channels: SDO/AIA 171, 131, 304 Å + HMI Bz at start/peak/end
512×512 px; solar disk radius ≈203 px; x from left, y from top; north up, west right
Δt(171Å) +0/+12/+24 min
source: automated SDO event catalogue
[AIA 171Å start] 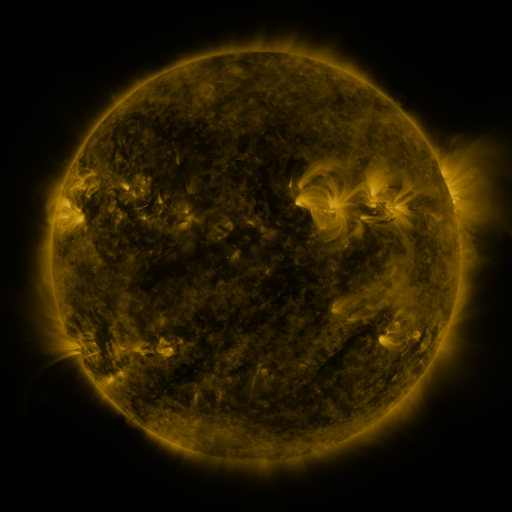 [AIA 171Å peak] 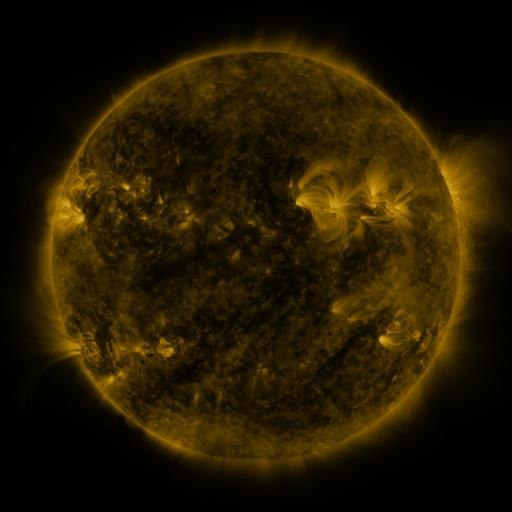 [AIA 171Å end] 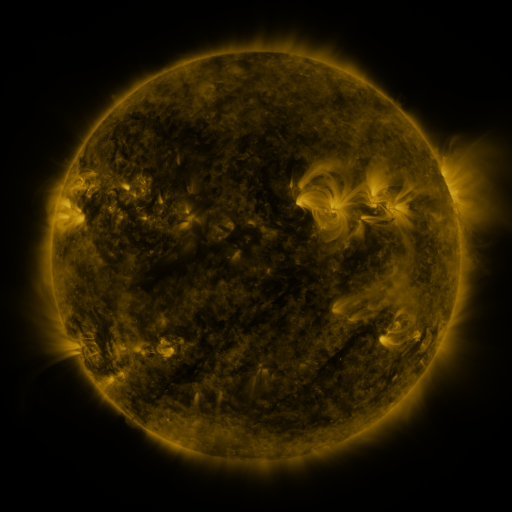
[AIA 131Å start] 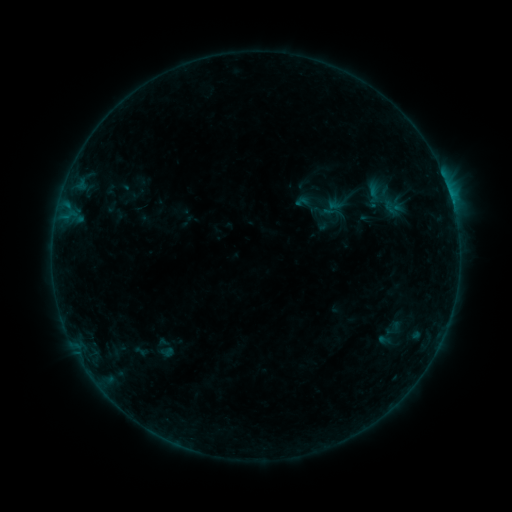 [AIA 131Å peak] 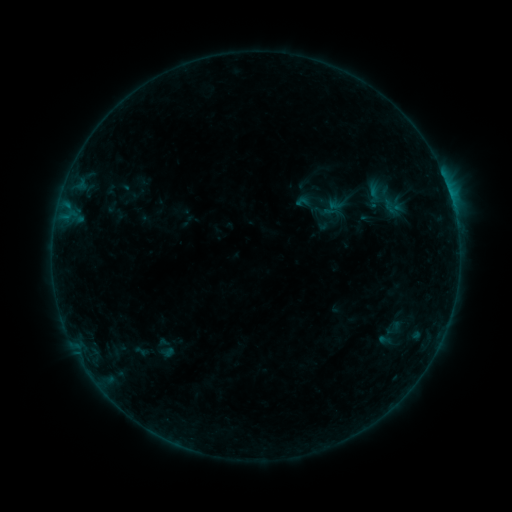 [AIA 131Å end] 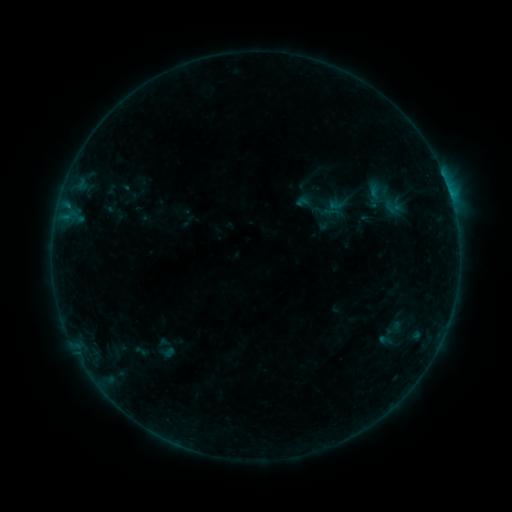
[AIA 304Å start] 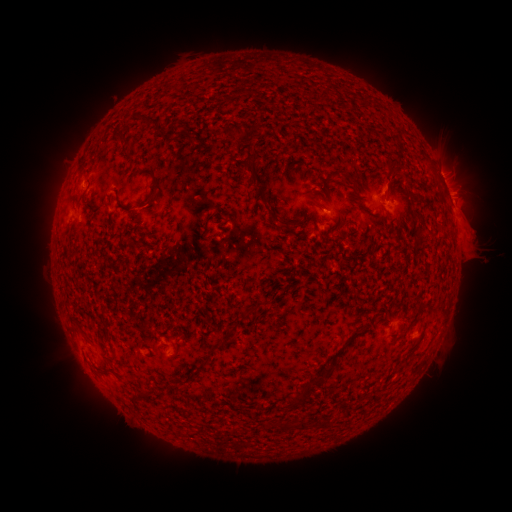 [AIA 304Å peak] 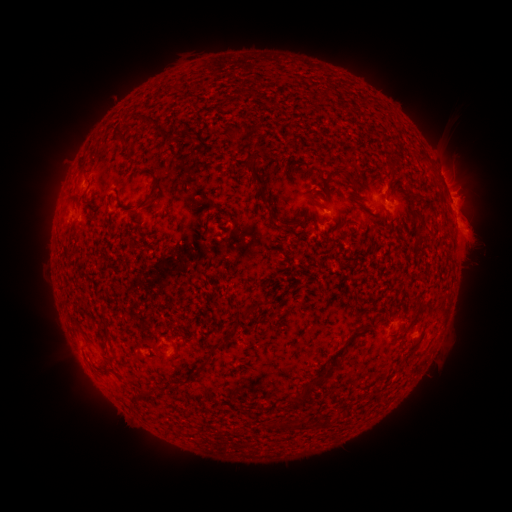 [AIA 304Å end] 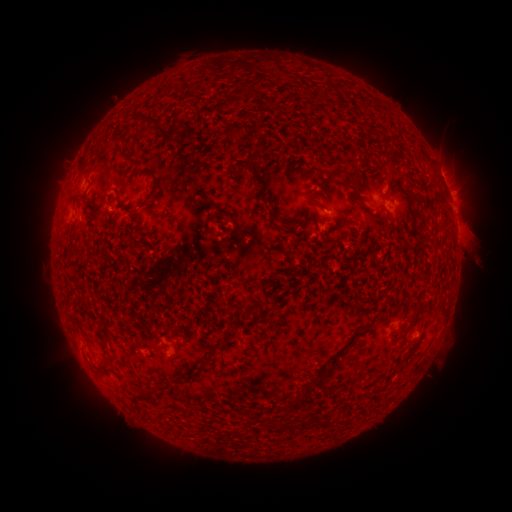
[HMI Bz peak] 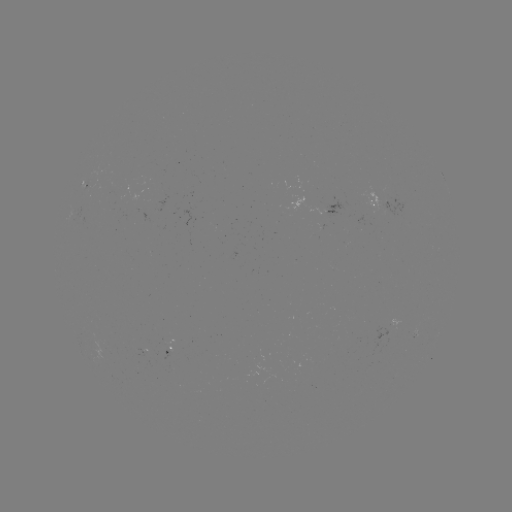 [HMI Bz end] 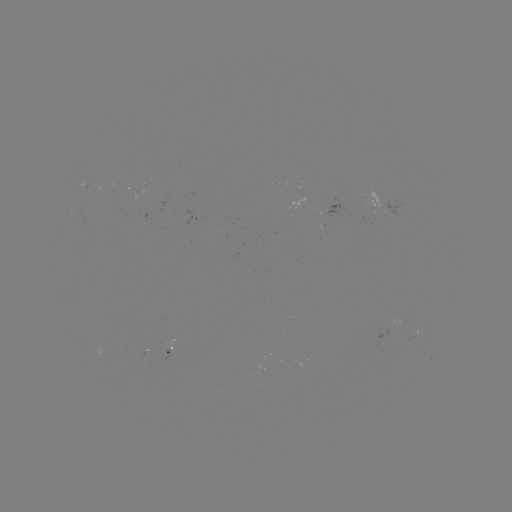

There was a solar eruption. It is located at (475, 240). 